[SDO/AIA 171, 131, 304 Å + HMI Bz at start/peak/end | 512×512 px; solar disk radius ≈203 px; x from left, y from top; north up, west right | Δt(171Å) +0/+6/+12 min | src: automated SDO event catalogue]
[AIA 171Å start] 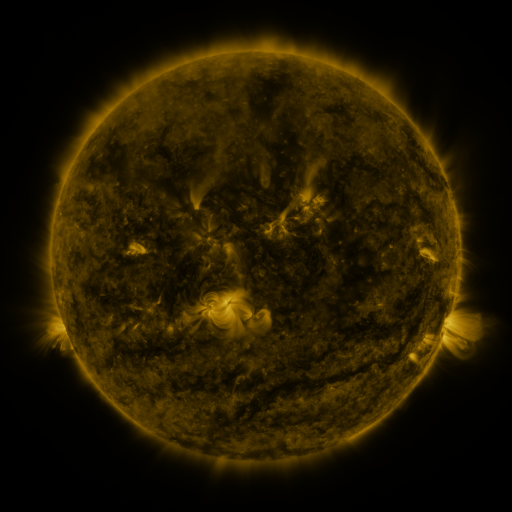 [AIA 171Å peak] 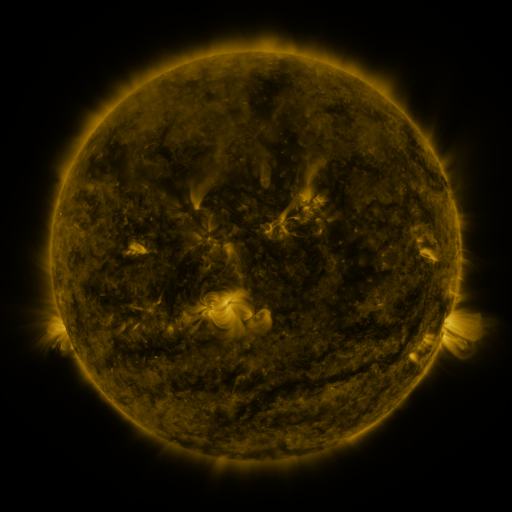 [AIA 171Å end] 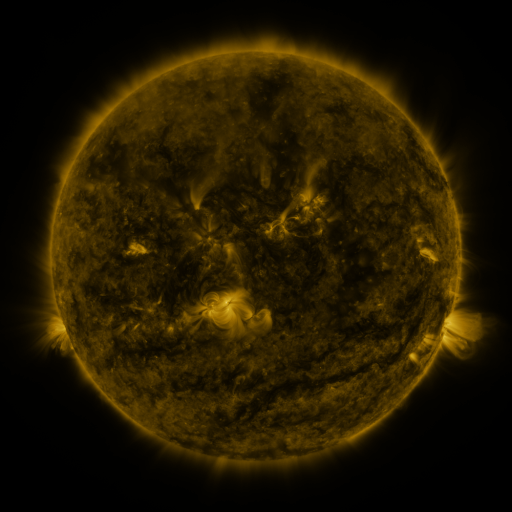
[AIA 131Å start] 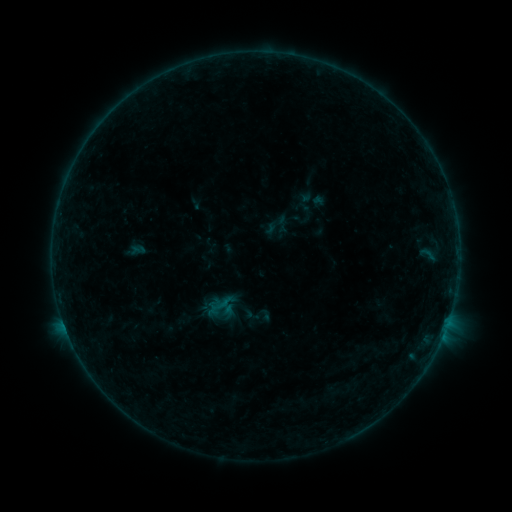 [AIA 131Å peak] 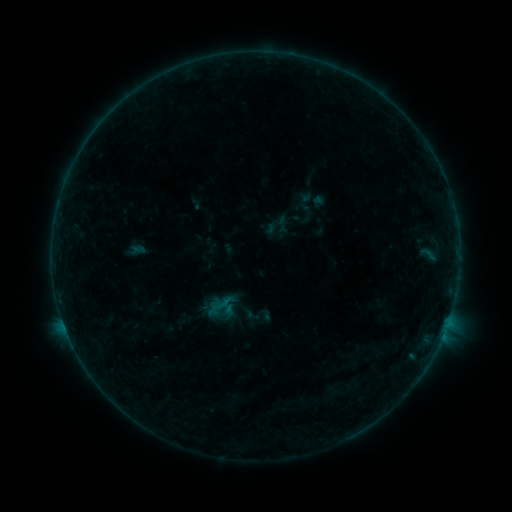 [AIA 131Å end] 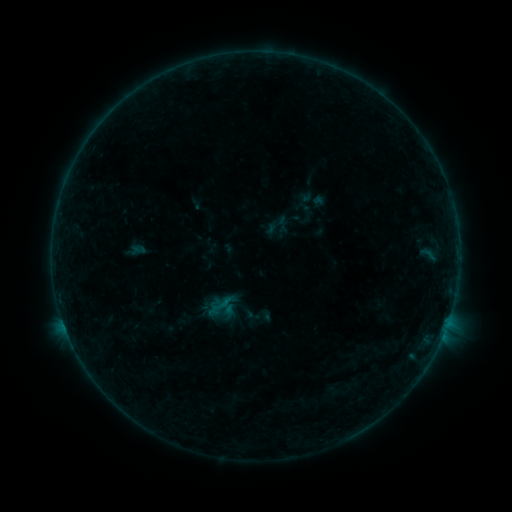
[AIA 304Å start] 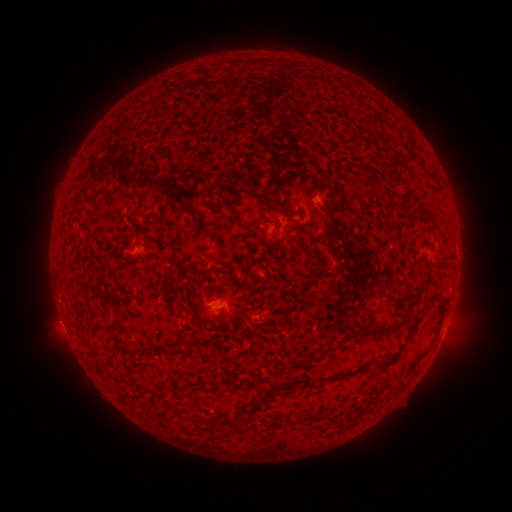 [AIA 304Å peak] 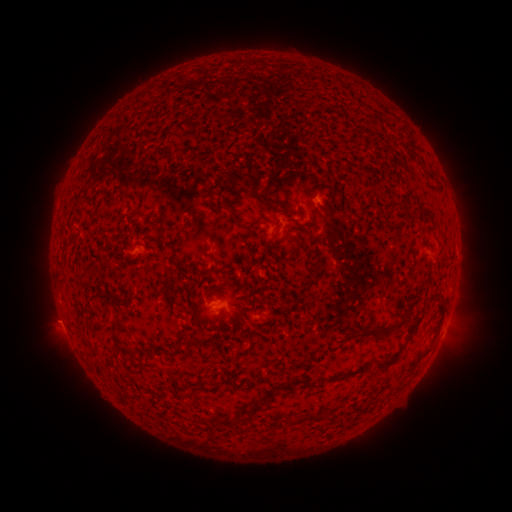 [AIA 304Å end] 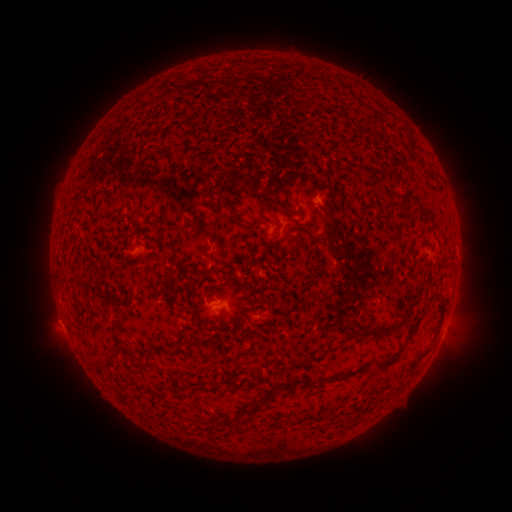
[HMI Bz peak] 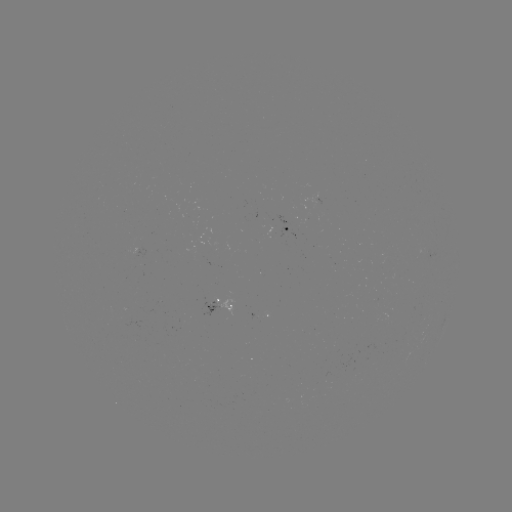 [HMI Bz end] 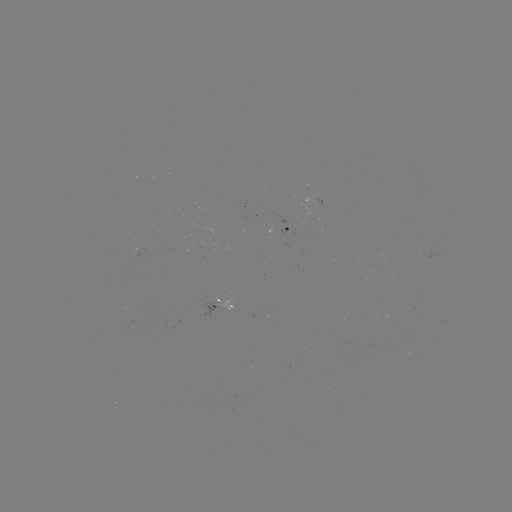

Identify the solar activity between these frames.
no catalogued flare and no flagged EUV brightening in this window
